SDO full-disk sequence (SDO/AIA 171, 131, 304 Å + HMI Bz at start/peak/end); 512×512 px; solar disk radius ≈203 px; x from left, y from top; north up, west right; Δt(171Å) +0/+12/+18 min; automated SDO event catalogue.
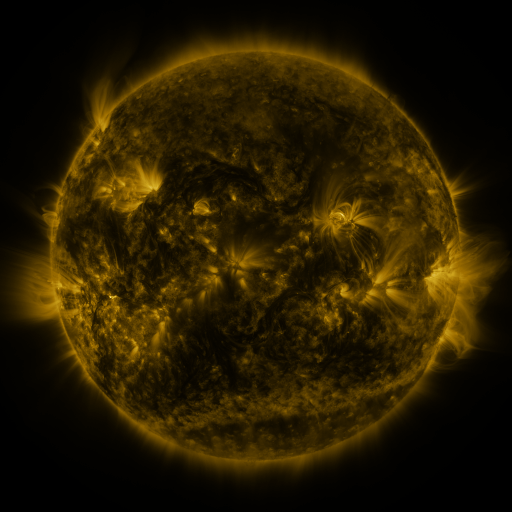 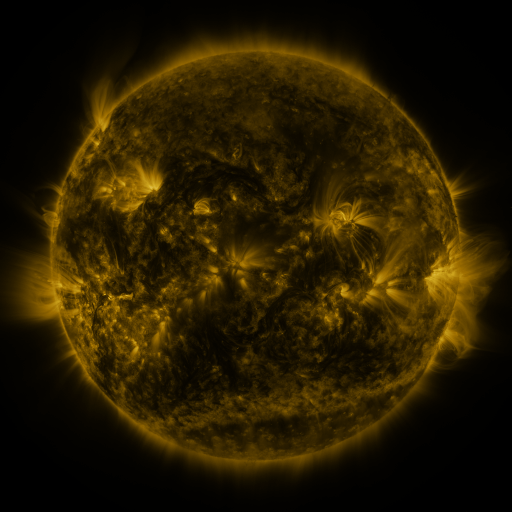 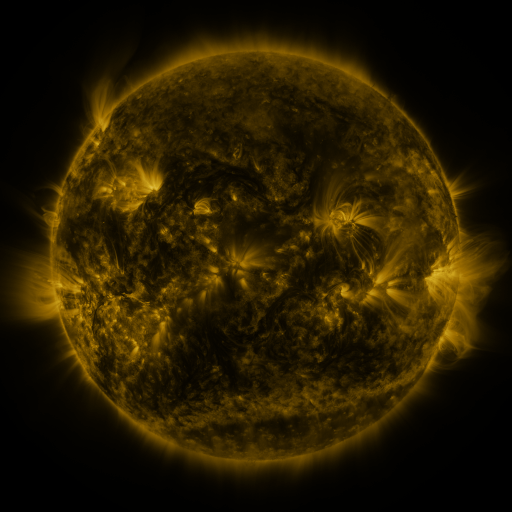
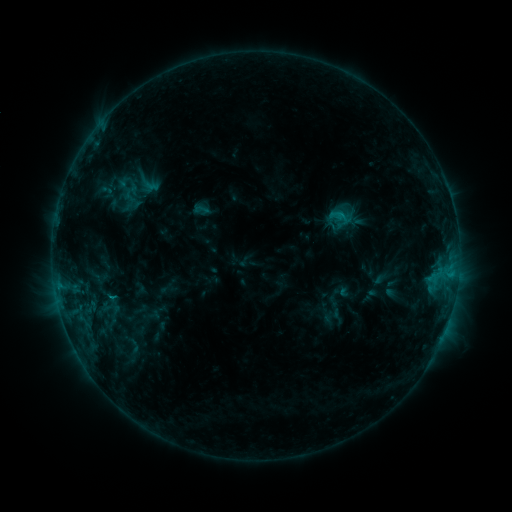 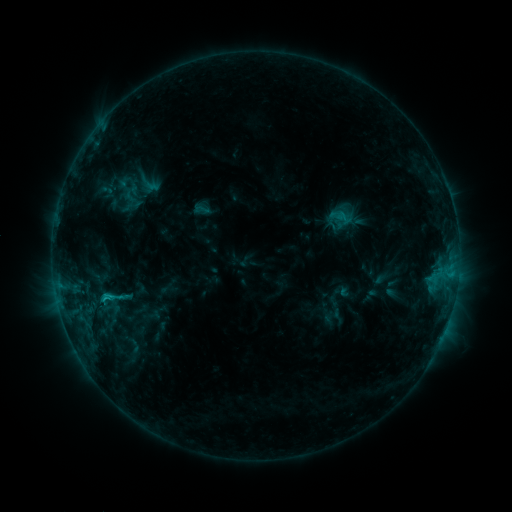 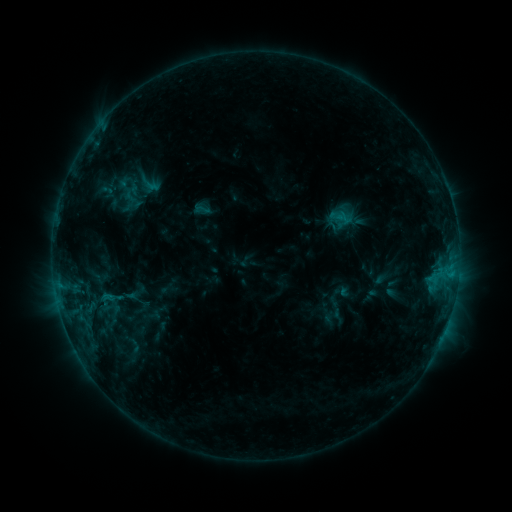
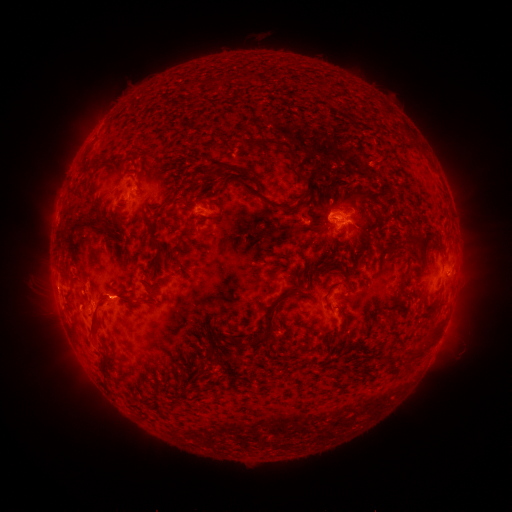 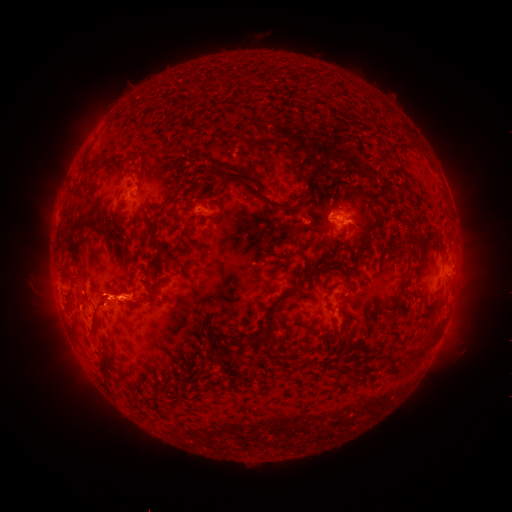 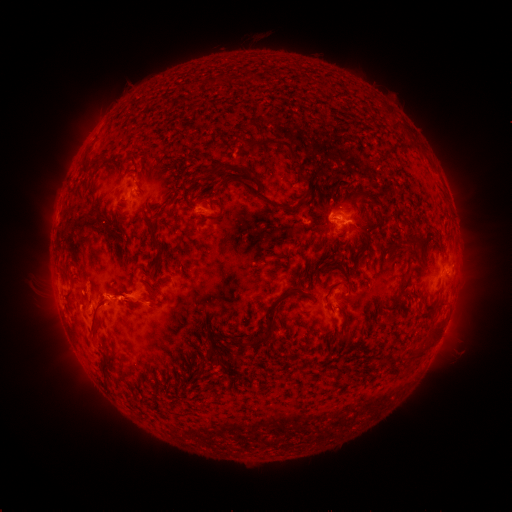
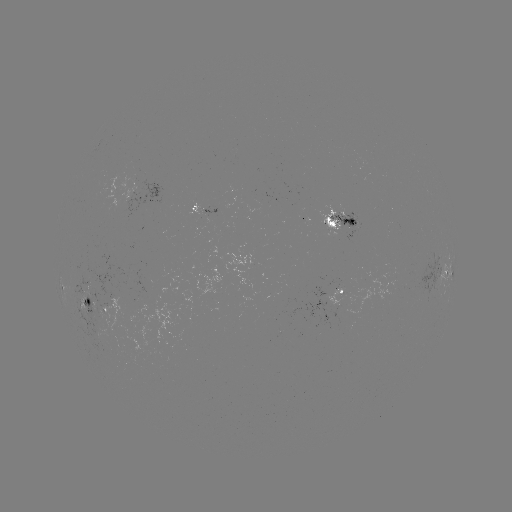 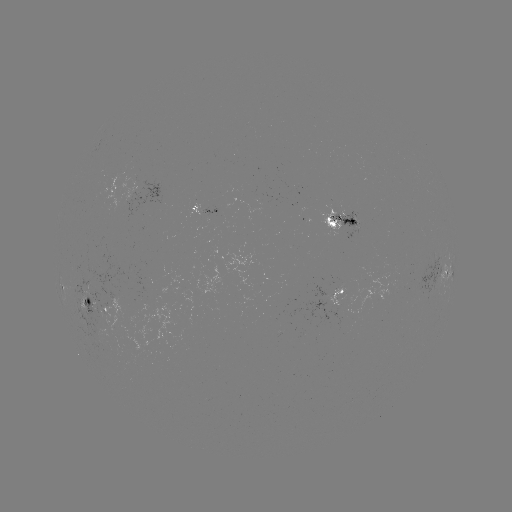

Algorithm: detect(C1.3 flare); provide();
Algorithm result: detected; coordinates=106,296